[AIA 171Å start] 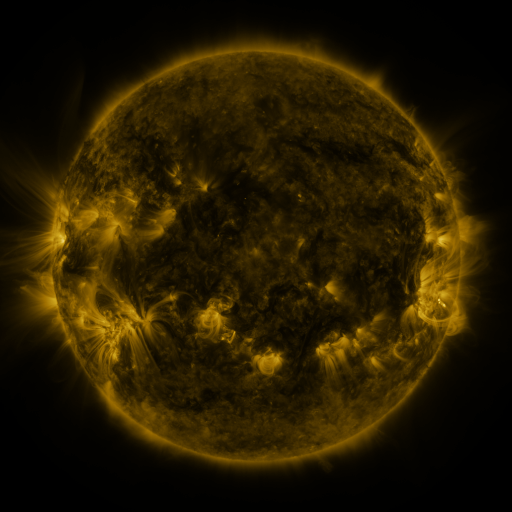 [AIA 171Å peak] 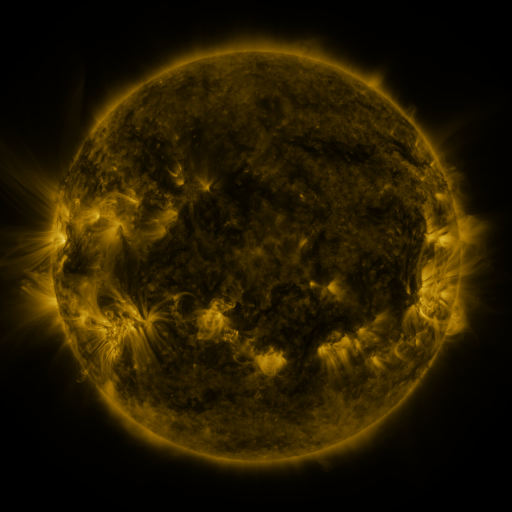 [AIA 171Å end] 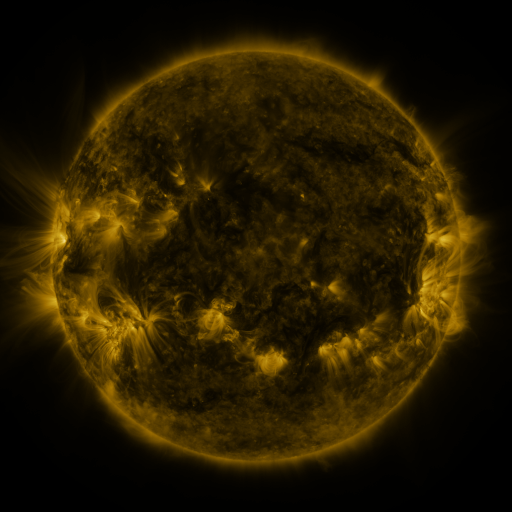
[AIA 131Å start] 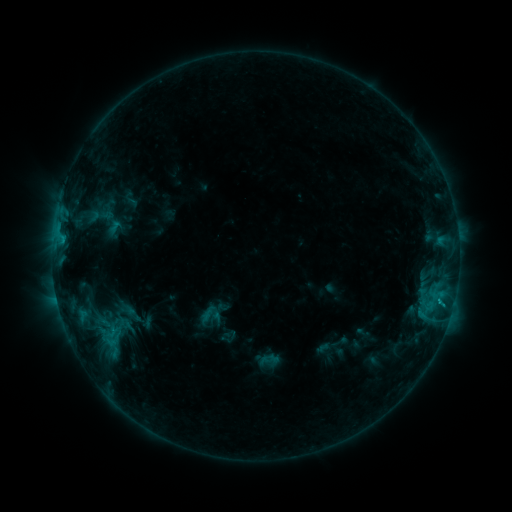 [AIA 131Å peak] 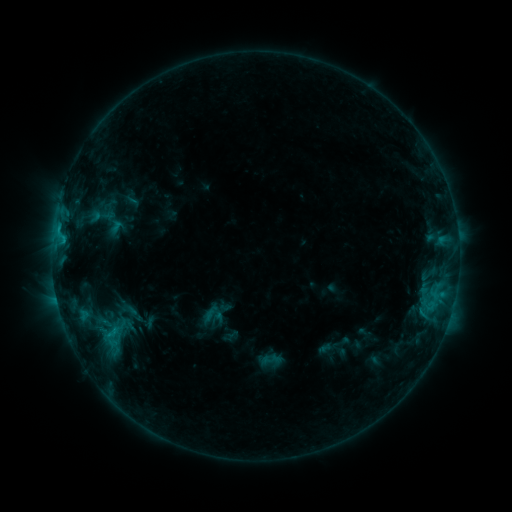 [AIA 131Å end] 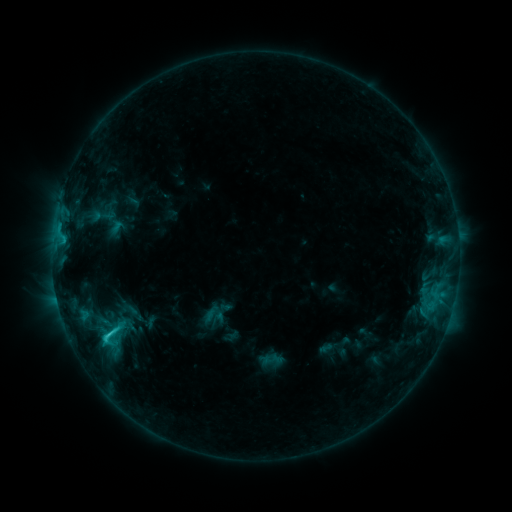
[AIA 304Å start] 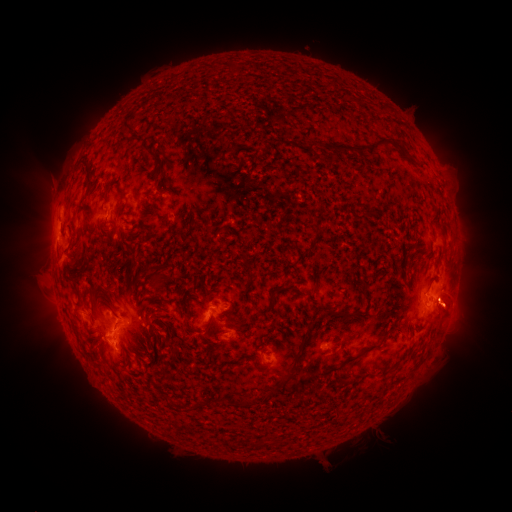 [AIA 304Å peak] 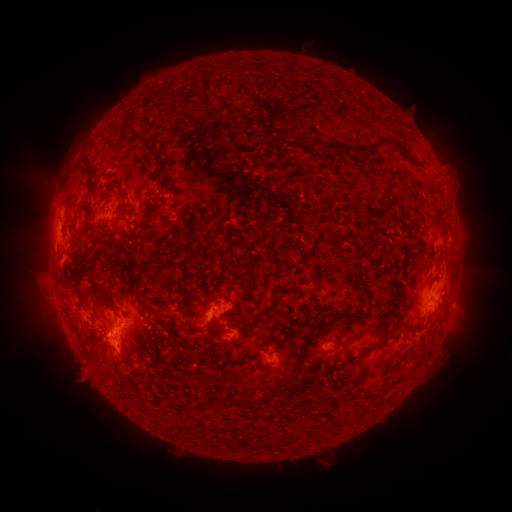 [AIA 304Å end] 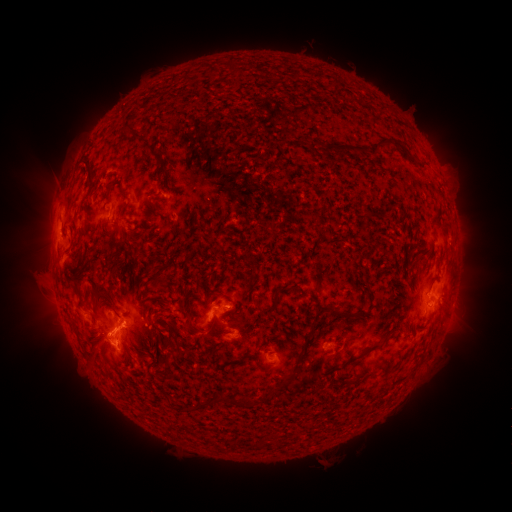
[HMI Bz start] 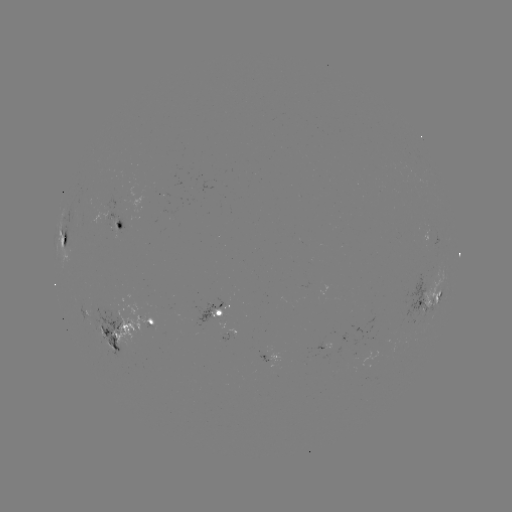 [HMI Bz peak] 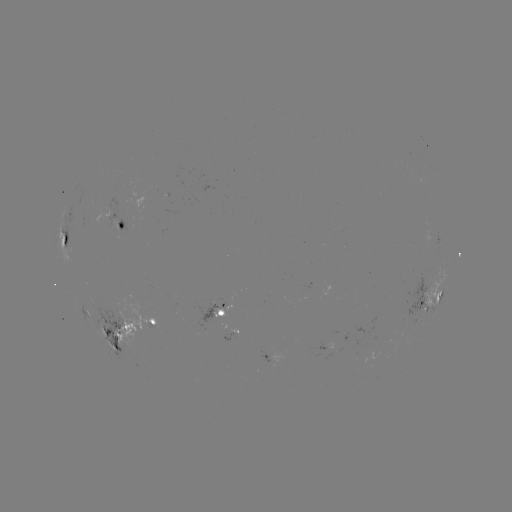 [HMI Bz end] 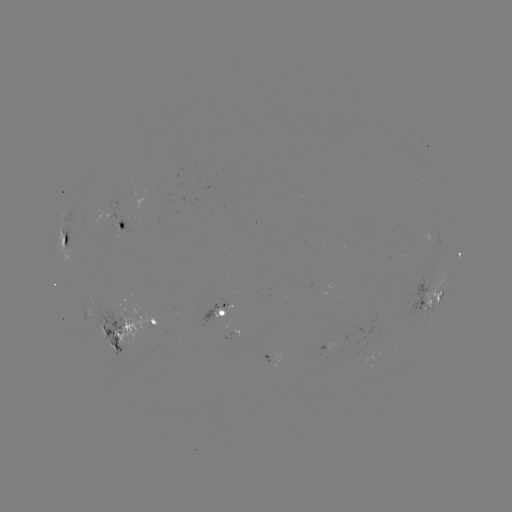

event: emerging-flux region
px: (234, 336)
